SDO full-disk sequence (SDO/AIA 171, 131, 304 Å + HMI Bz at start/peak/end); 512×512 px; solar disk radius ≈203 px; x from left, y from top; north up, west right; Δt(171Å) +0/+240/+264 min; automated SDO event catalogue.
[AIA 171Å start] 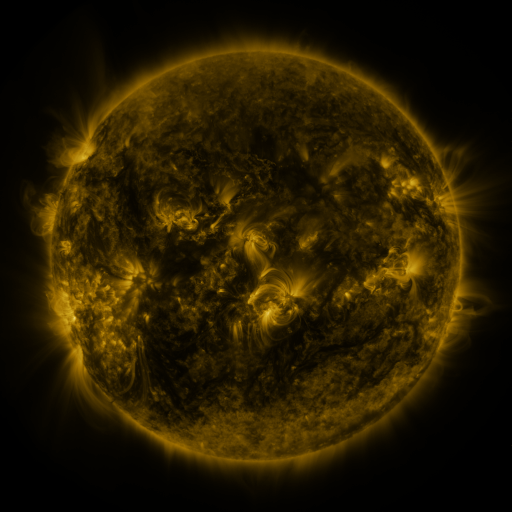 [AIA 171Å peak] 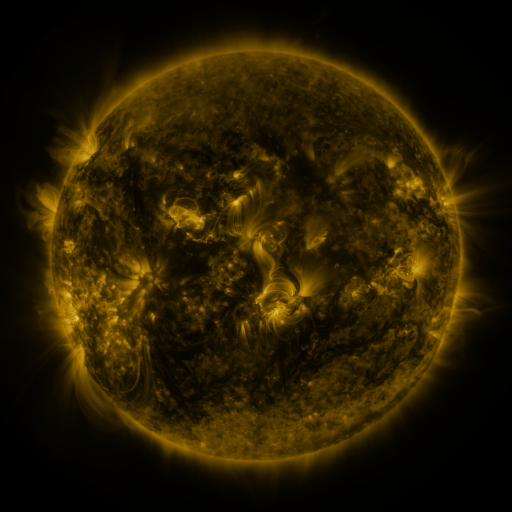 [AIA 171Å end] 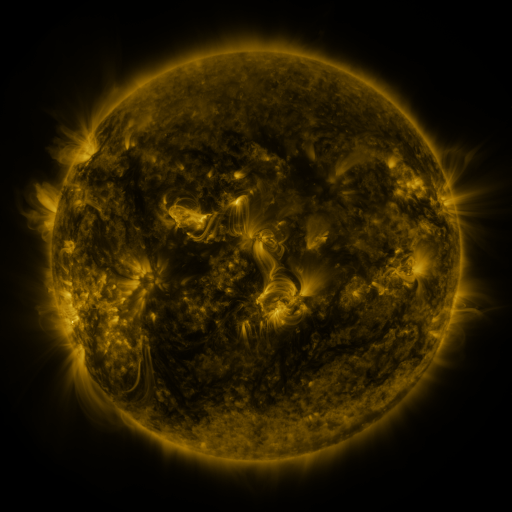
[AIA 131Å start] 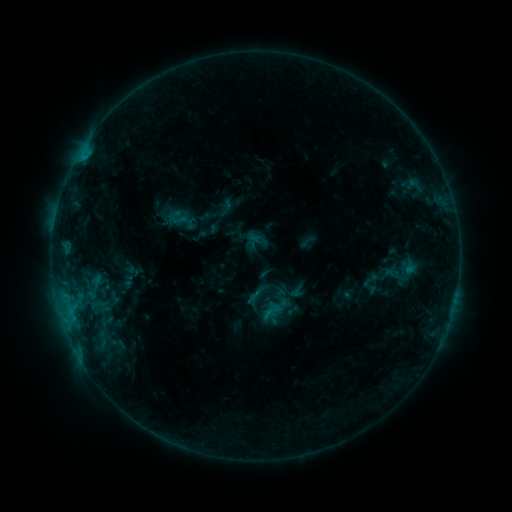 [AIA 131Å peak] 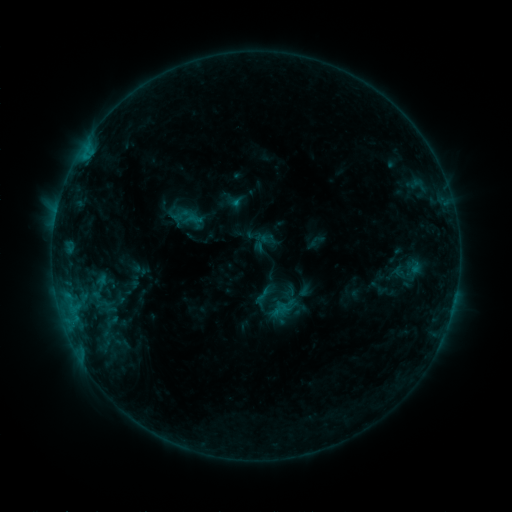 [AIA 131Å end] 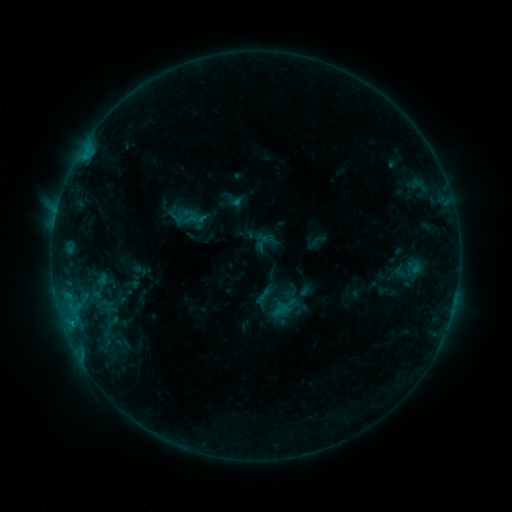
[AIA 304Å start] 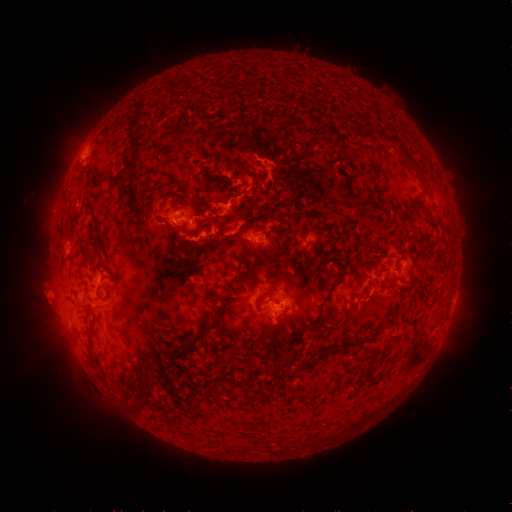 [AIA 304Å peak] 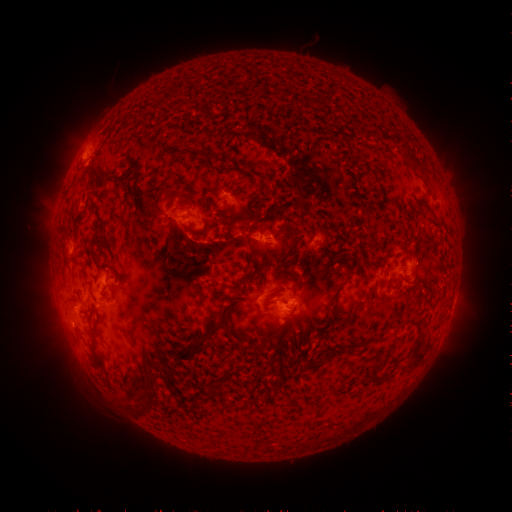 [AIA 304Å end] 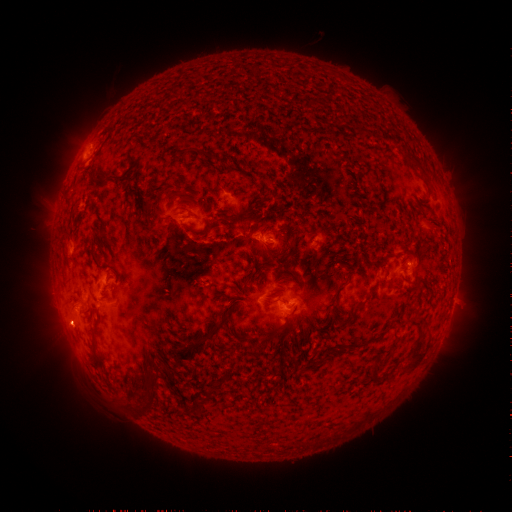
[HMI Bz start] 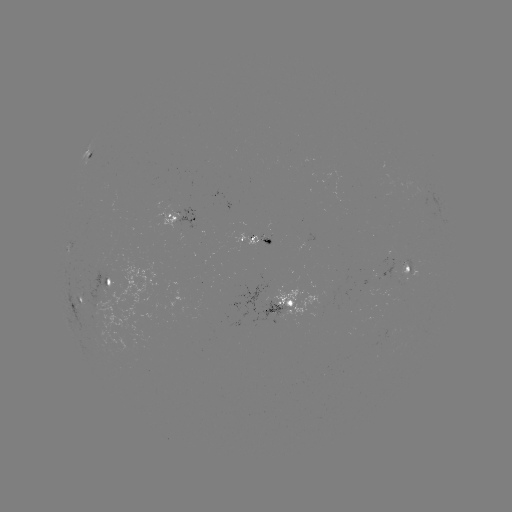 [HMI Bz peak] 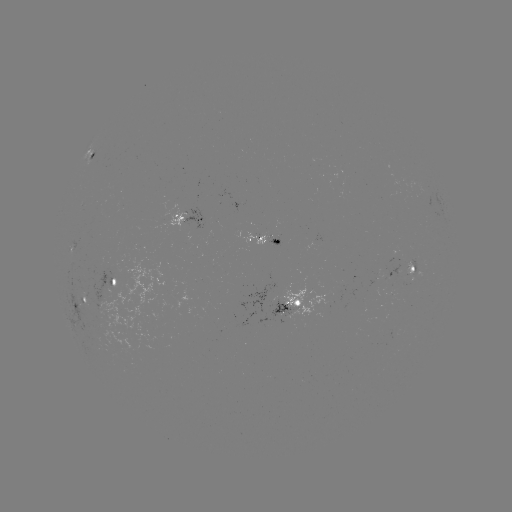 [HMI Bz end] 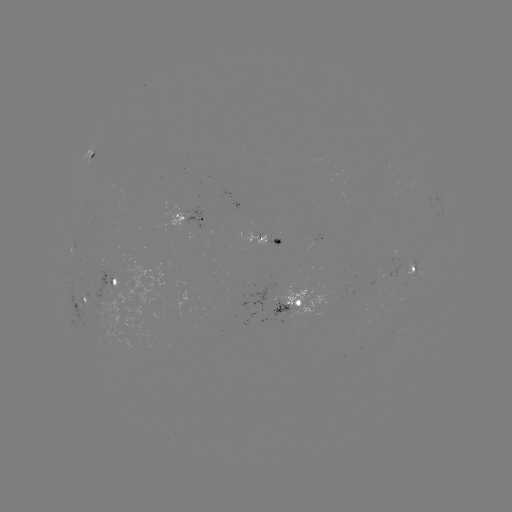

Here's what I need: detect emerging-flux region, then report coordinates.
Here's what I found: emerging-flux region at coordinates (408, 269).